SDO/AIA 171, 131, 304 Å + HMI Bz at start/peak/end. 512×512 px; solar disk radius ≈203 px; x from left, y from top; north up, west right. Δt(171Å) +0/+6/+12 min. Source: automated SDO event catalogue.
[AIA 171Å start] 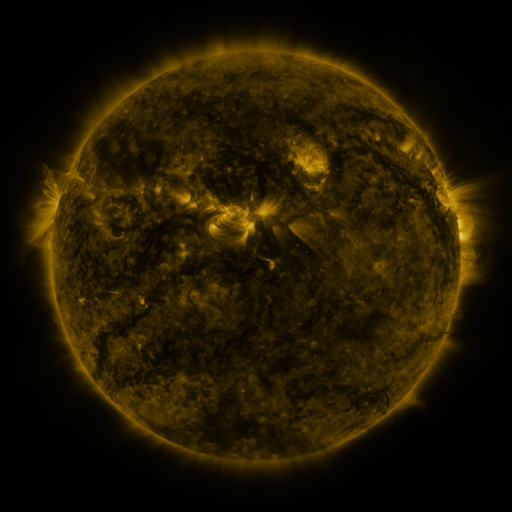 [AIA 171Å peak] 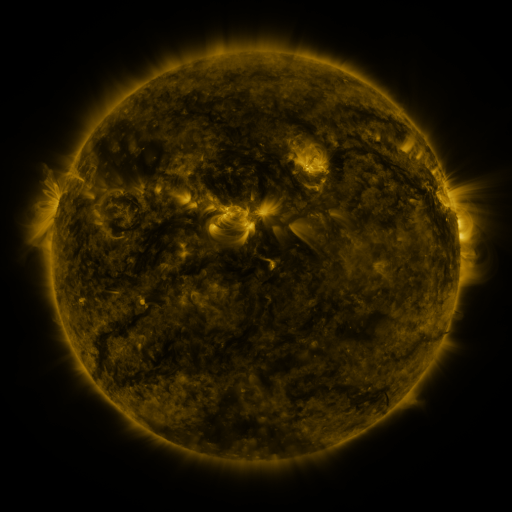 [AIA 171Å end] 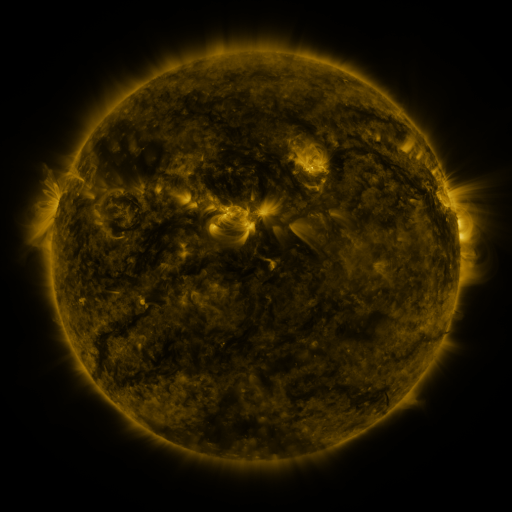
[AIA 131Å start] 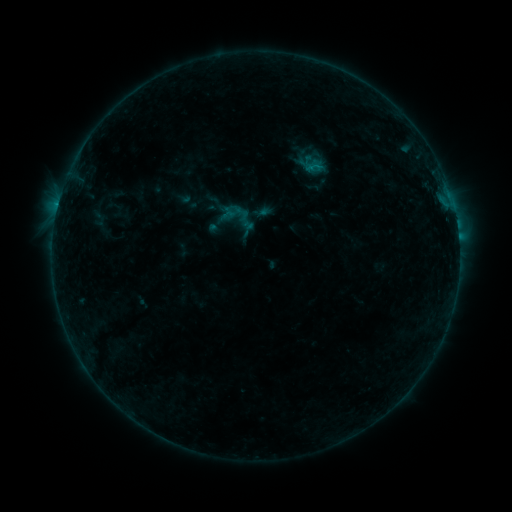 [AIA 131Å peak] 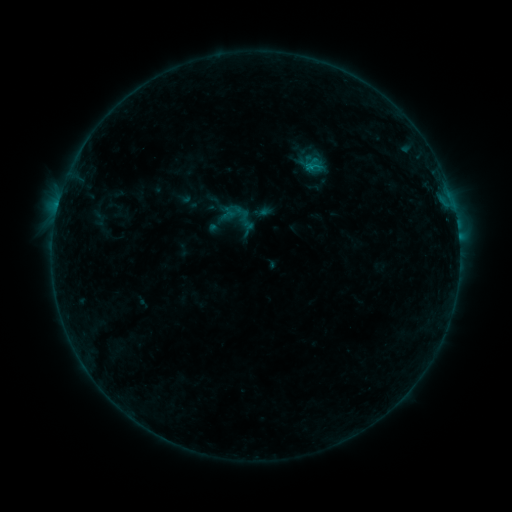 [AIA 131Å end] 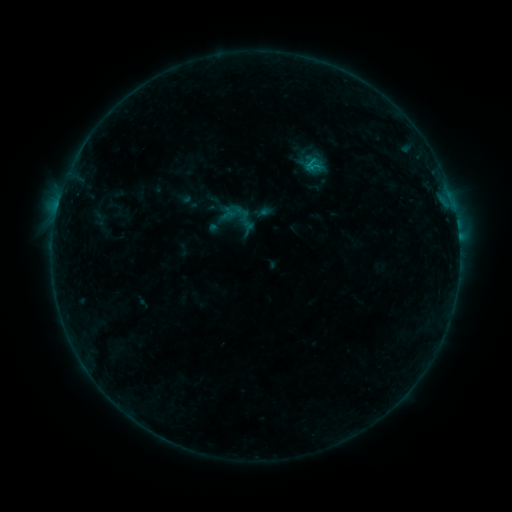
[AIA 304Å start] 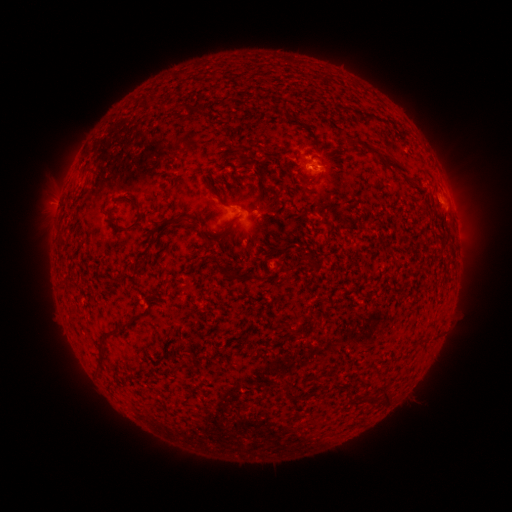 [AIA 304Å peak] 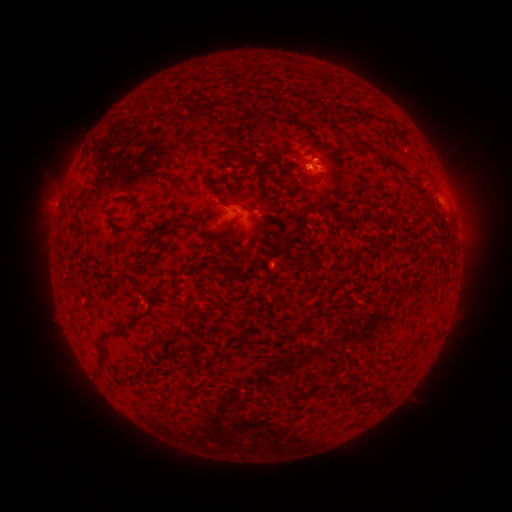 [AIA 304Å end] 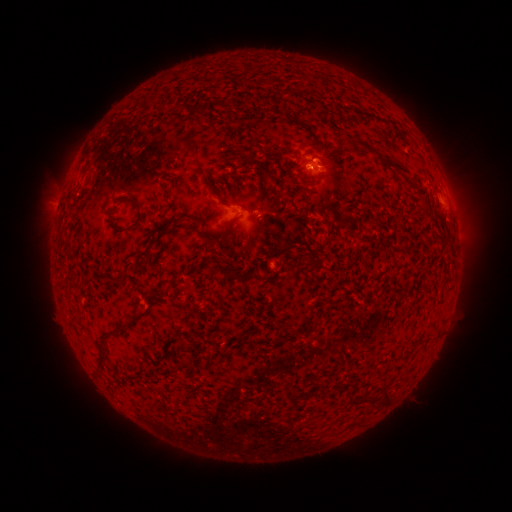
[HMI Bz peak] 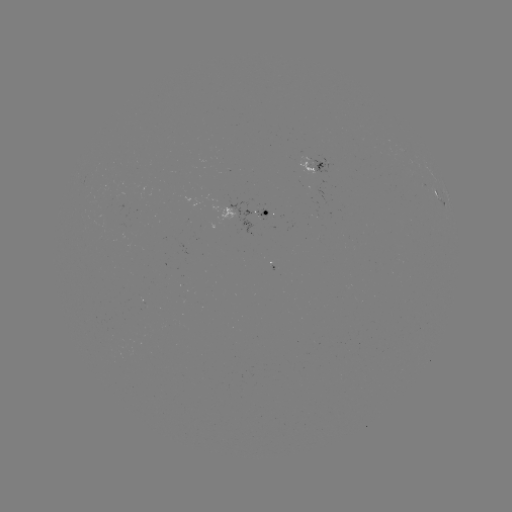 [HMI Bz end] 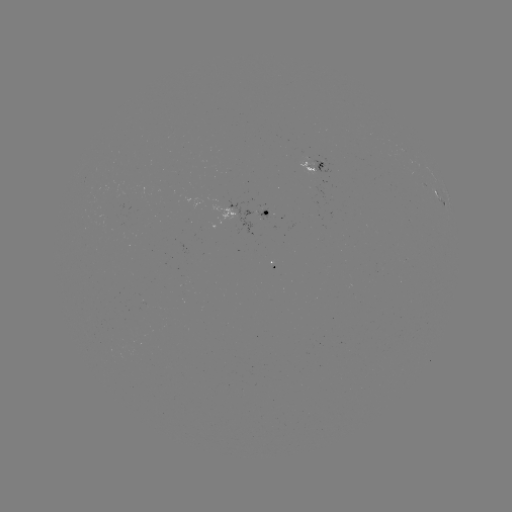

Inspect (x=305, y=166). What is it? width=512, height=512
B6.4 flare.